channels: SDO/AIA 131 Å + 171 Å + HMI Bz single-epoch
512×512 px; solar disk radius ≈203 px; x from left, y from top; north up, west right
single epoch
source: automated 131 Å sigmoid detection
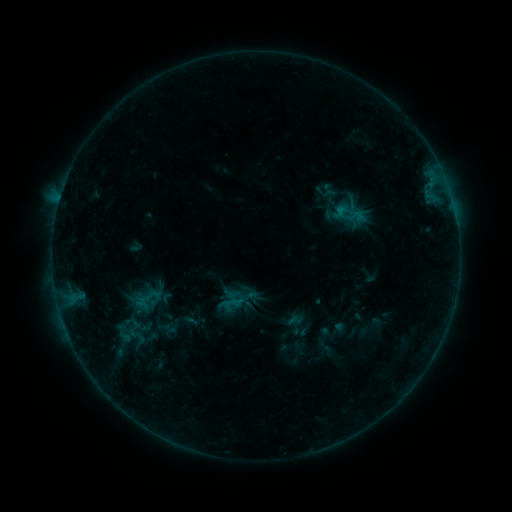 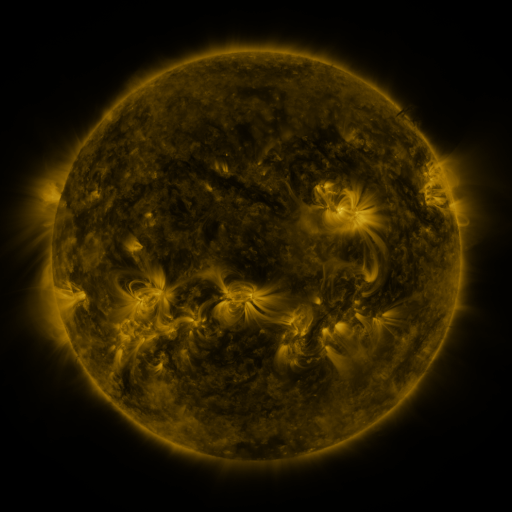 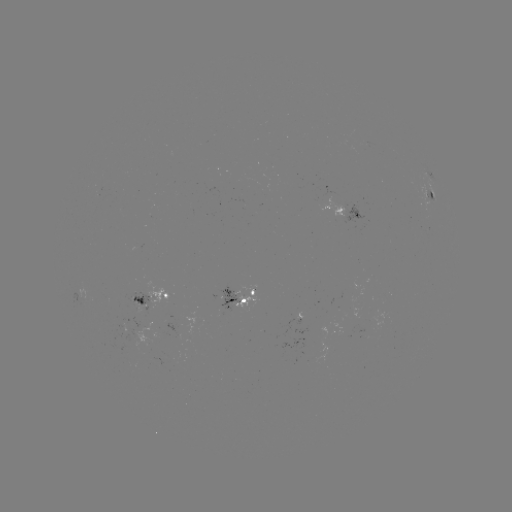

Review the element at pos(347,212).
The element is sigmoid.